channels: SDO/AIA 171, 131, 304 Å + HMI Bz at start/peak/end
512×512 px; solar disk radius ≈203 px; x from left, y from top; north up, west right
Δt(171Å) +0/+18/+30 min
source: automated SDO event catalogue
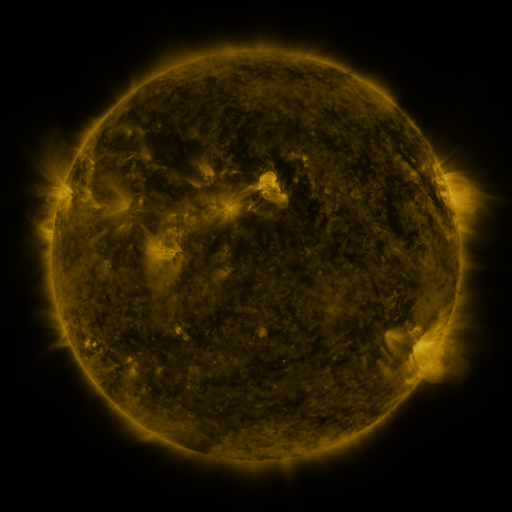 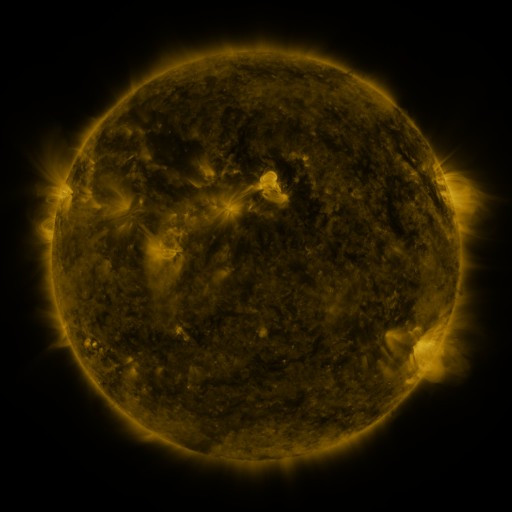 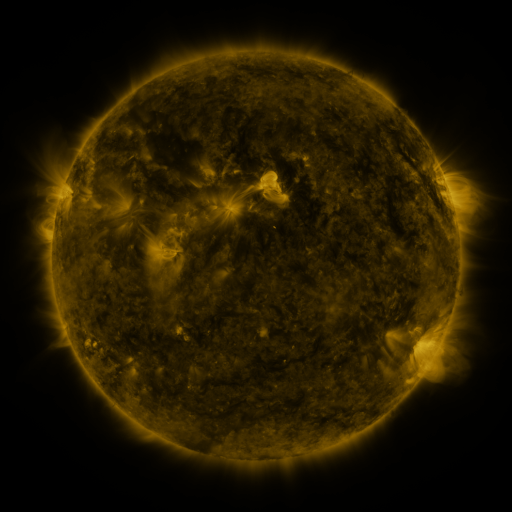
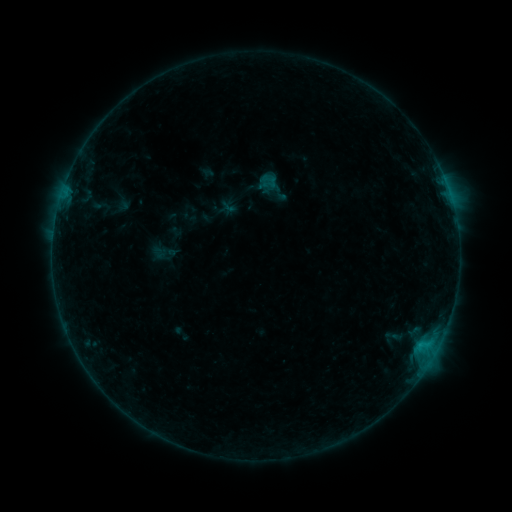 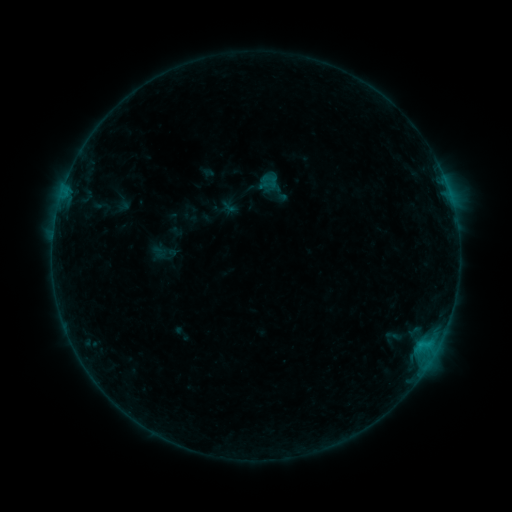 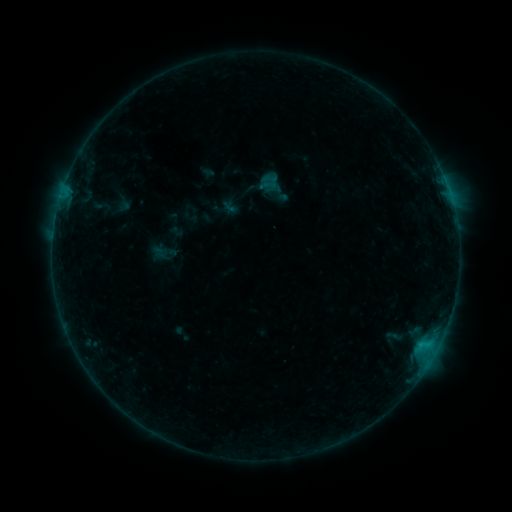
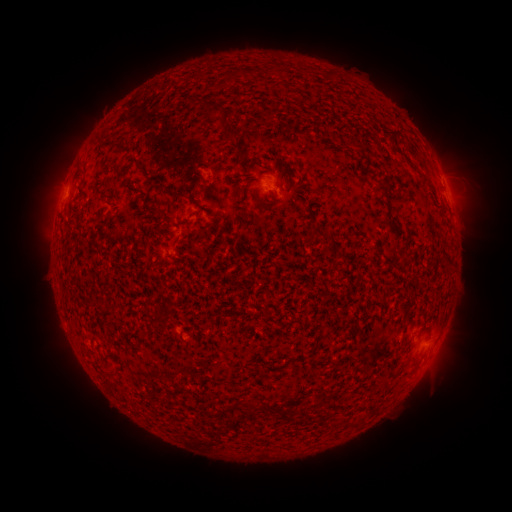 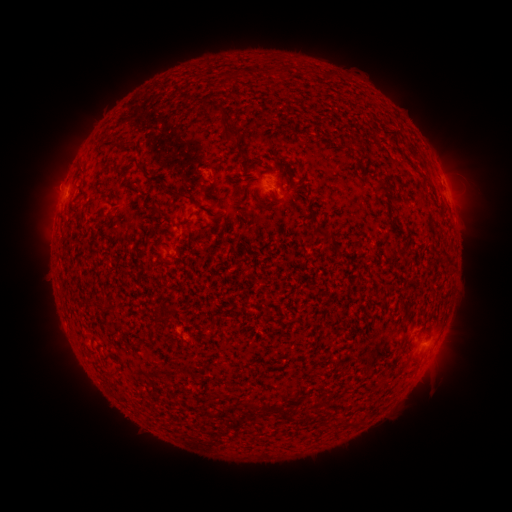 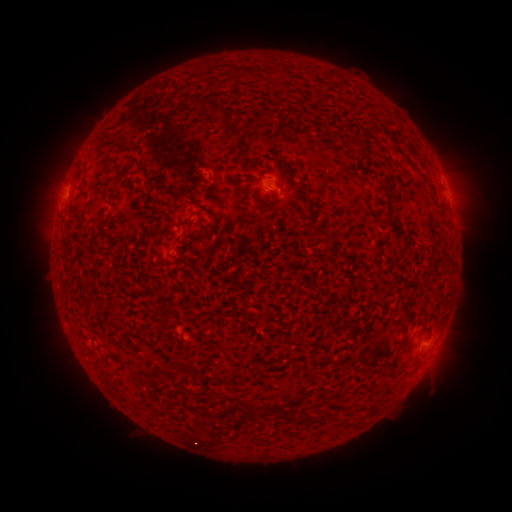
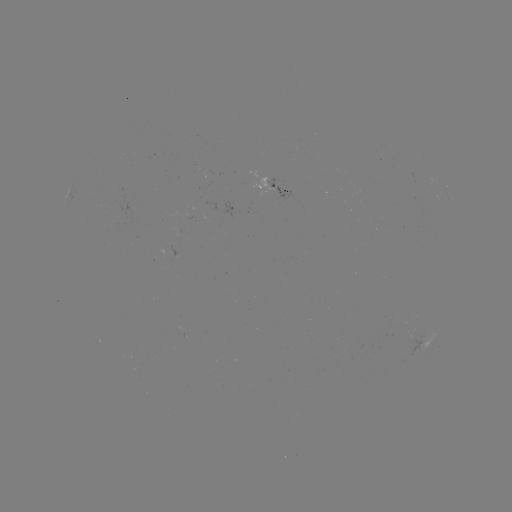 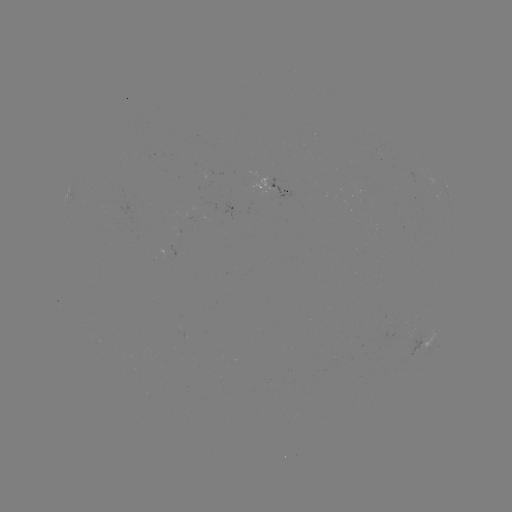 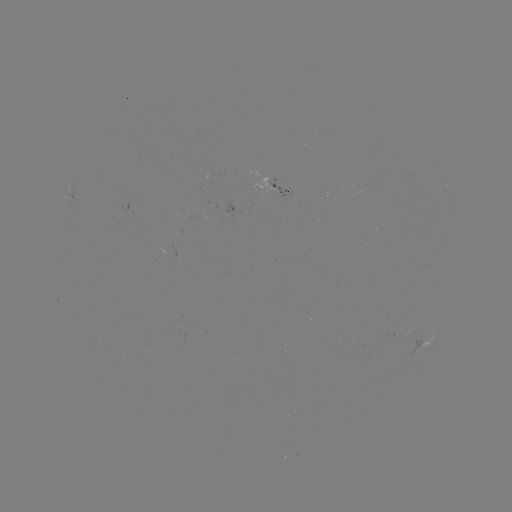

no flare in any classed list; no EUV-trigger detection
